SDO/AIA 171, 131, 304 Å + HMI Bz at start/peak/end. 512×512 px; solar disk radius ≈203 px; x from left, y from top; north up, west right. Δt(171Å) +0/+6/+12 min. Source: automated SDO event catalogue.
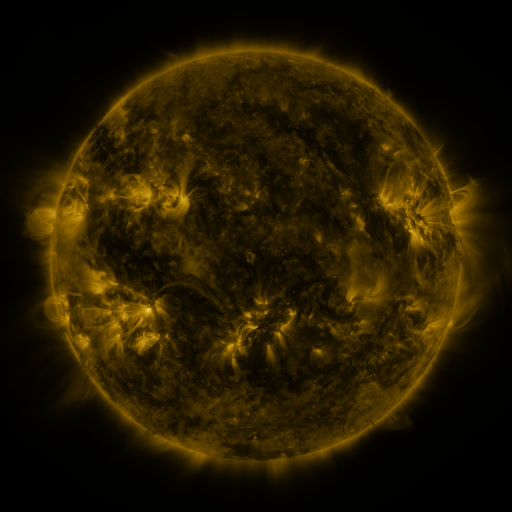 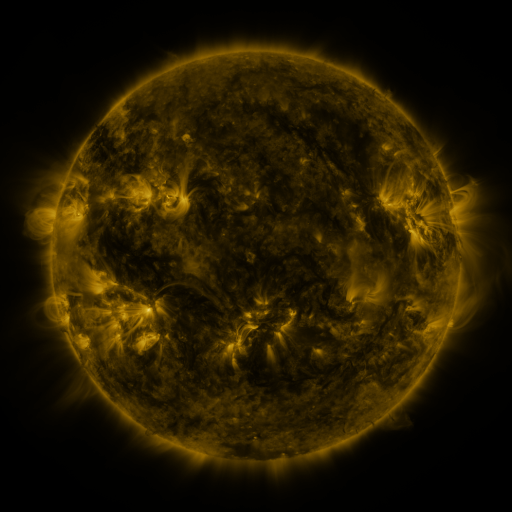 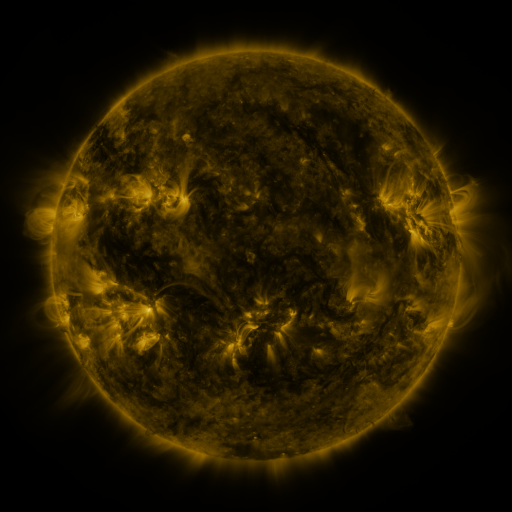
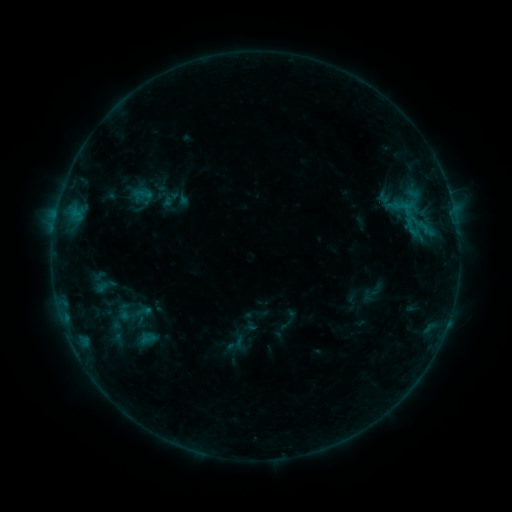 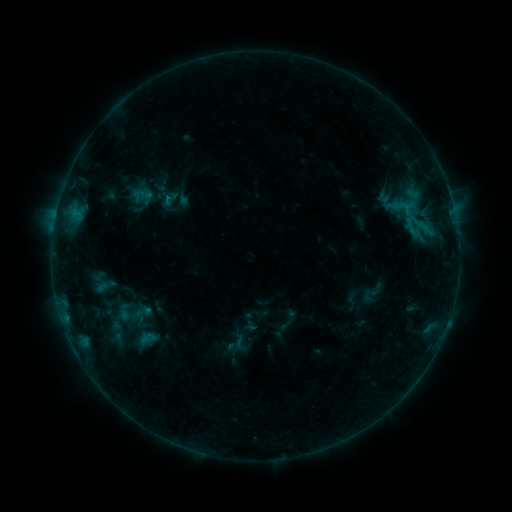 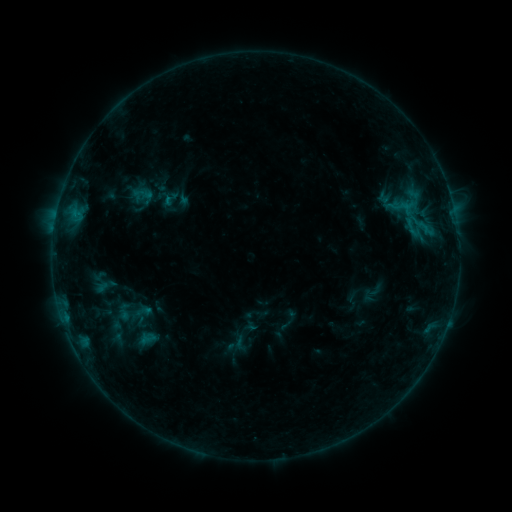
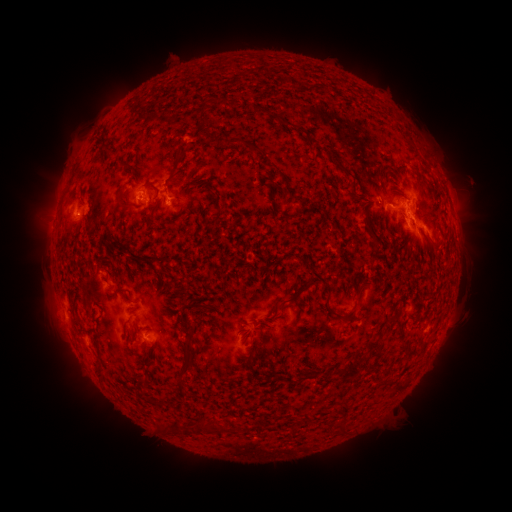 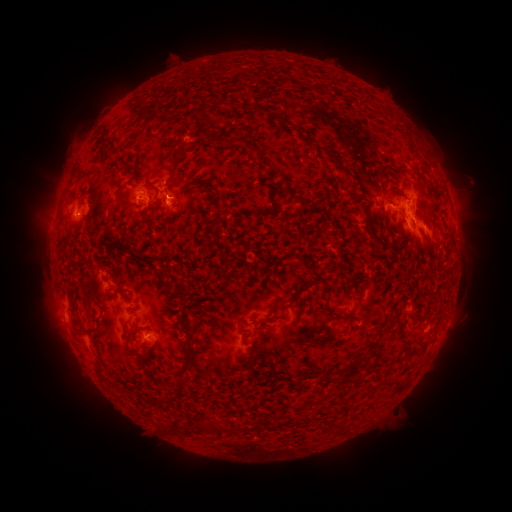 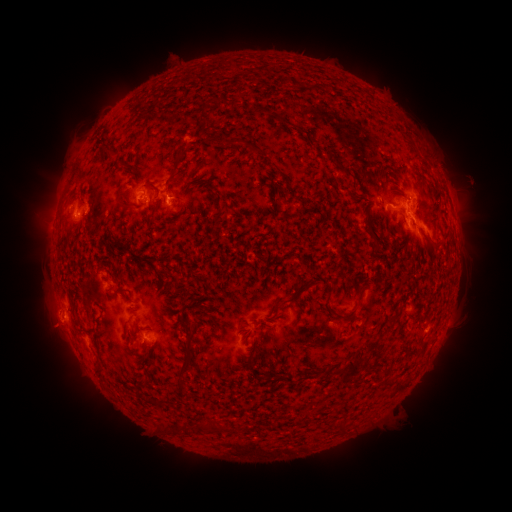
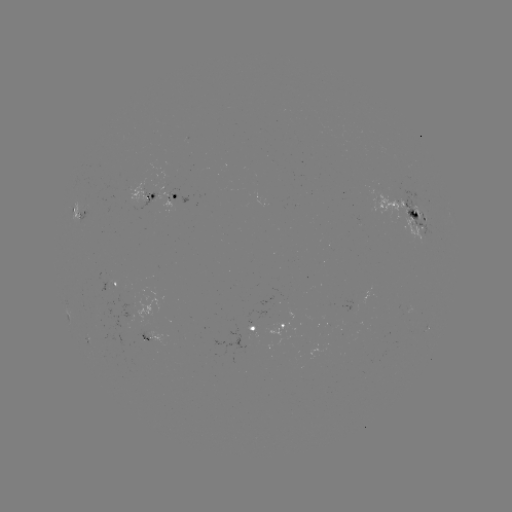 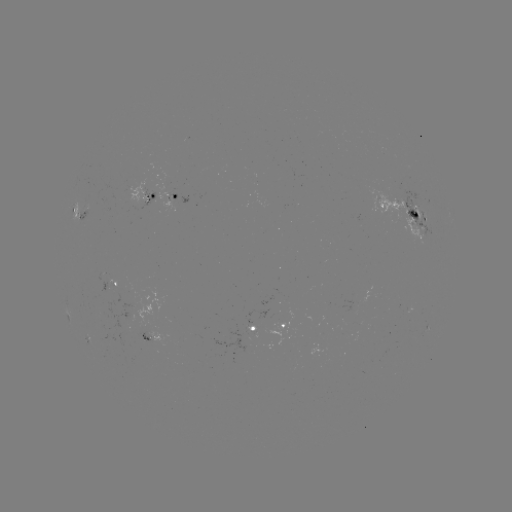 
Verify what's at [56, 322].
eruption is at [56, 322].